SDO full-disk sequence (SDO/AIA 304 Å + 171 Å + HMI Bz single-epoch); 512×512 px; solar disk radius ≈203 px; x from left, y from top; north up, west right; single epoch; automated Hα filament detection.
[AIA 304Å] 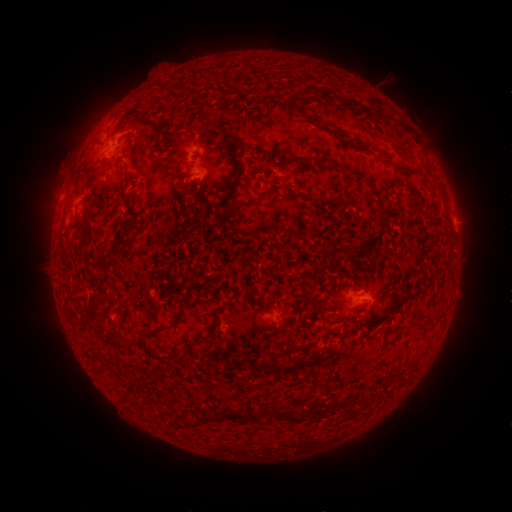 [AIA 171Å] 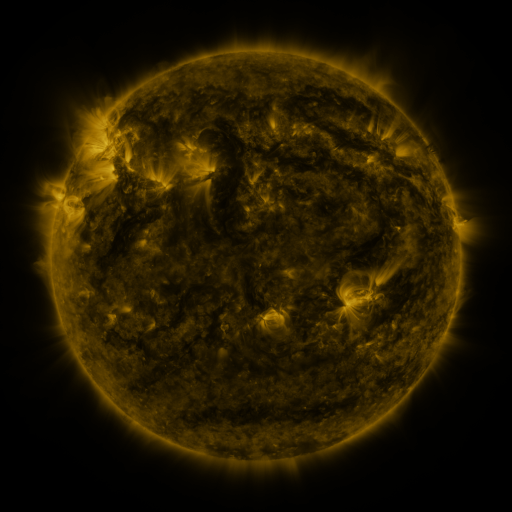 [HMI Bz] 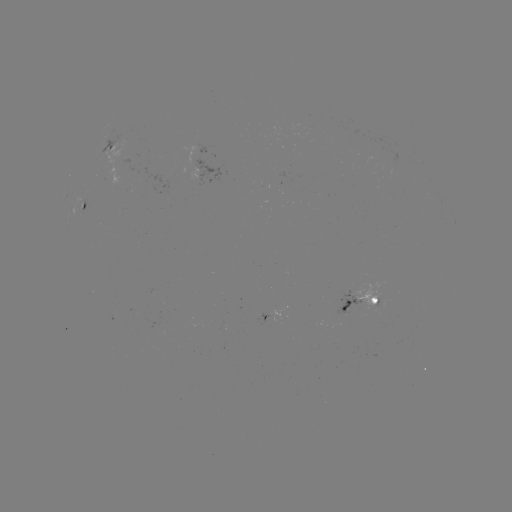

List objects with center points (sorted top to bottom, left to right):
filament: (369, 182, 383, 209)
filament: (306, 299, 319, 309)
filament: (177, 348, 191, 360)
filament: (280, 411, 295, 422)
